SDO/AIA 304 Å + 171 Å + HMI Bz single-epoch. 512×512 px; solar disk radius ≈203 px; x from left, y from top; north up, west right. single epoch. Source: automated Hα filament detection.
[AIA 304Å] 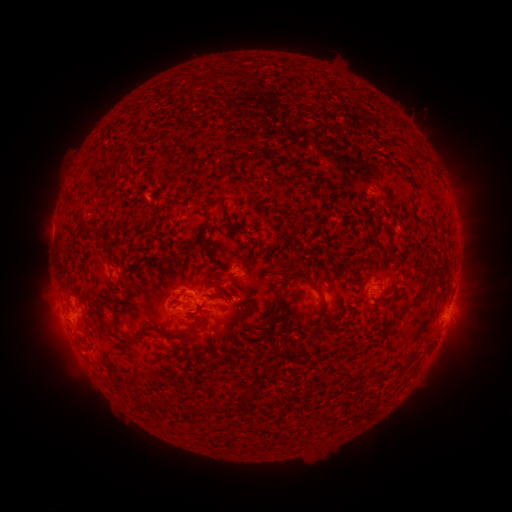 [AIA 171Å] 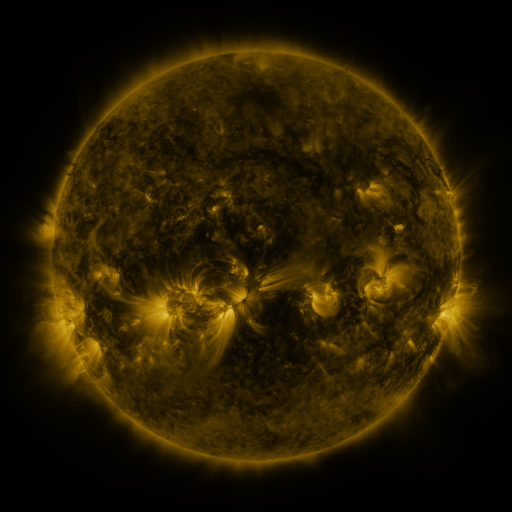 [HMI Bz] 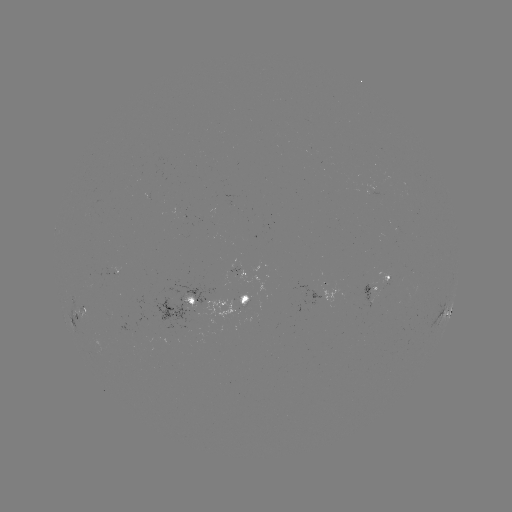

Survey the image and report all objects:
filament: (169, 138)
filament: (294, 268)
filament: (130, 284)
filament: (315, 288)
filament: (406, 309)
filament: (100, 316)
filament: (327, 323)
filament: (192, 327)
filament: (267, 332)
filament: (273, 357)
